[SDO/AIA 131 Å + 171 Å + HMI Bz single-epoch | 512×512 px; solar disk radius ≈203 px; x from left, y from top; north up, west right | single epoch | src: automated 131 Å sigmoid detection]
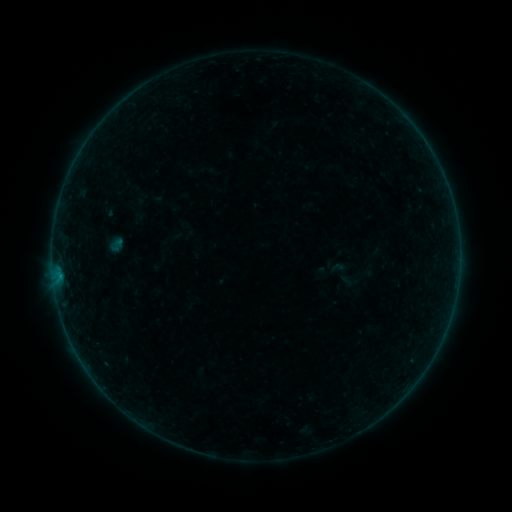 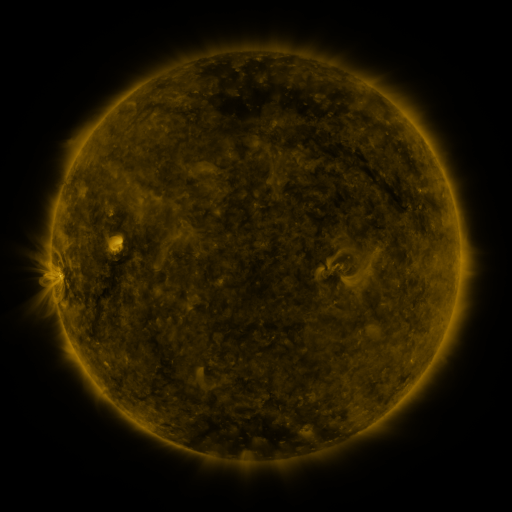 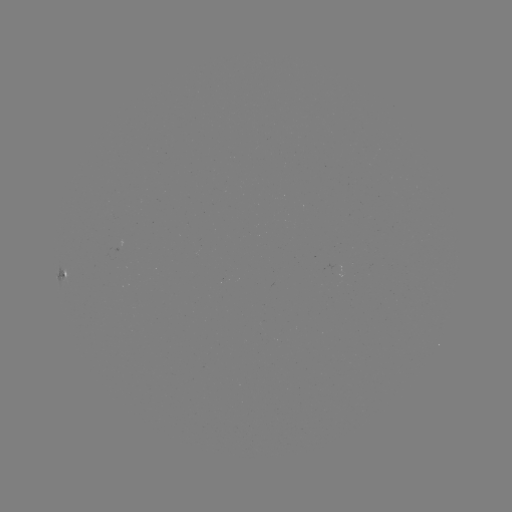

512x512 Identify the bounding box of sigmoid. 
[108, 236, 125, 253].